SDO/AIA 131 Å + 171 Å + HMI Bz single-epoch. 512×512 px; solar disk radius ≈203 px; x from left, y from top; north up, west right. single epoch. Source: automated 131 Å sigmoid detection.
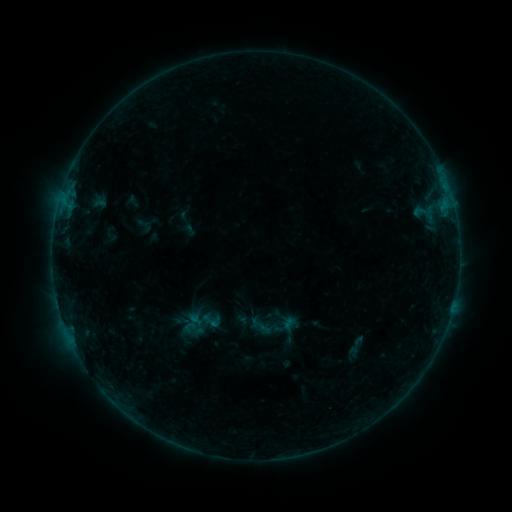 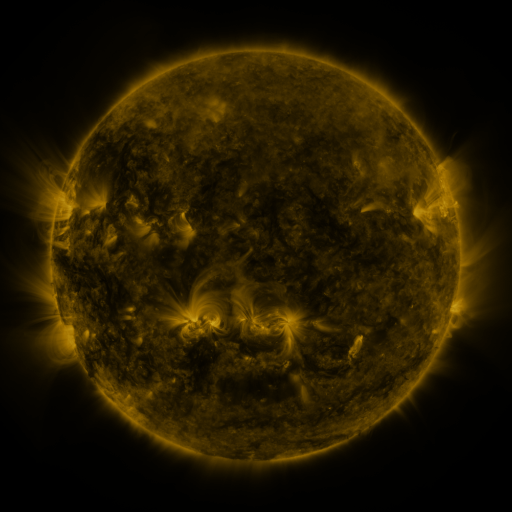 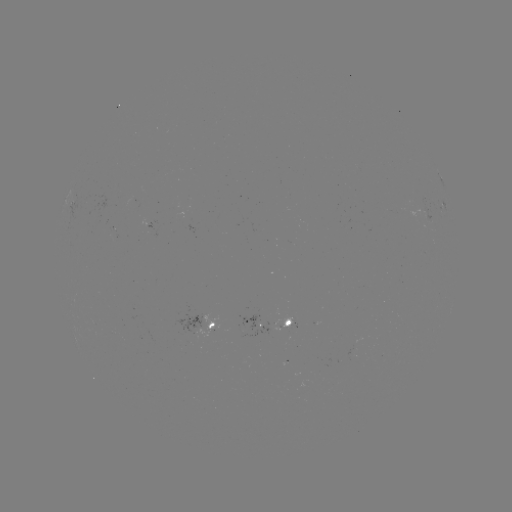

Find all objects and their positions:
sigmoid: (180, 308, 215, 341)
